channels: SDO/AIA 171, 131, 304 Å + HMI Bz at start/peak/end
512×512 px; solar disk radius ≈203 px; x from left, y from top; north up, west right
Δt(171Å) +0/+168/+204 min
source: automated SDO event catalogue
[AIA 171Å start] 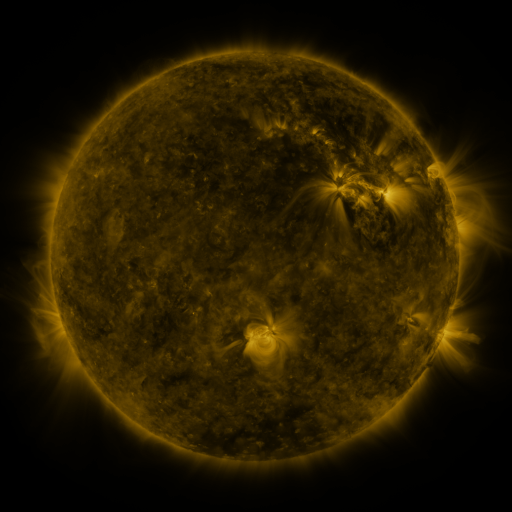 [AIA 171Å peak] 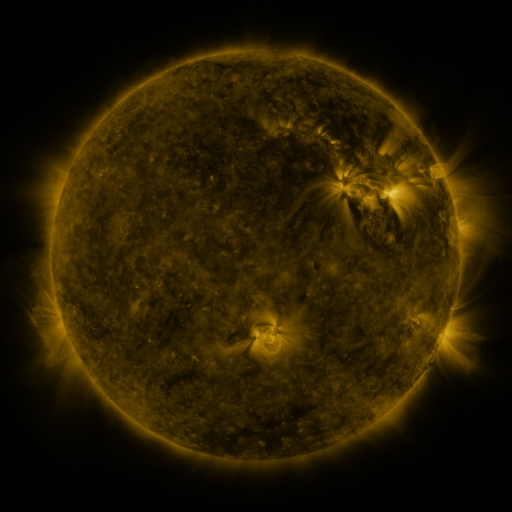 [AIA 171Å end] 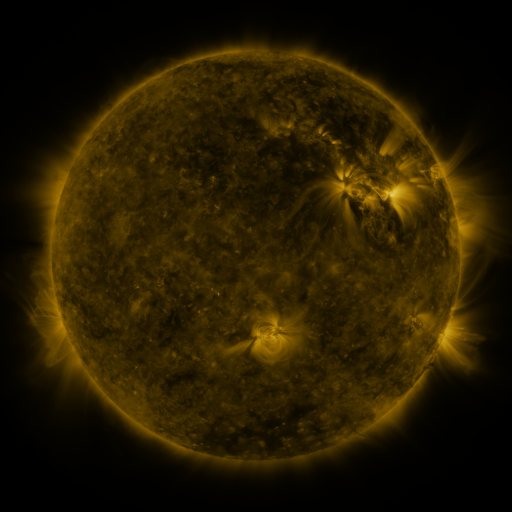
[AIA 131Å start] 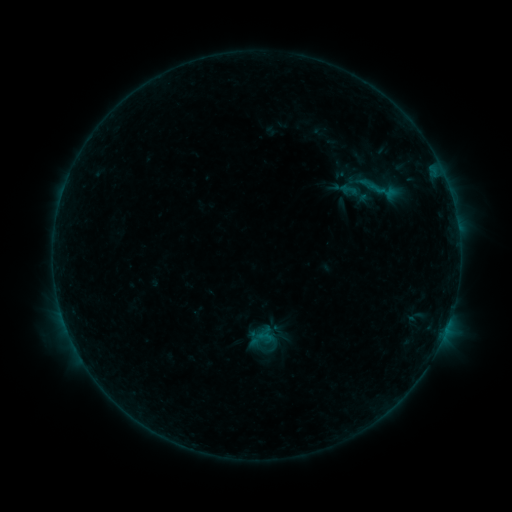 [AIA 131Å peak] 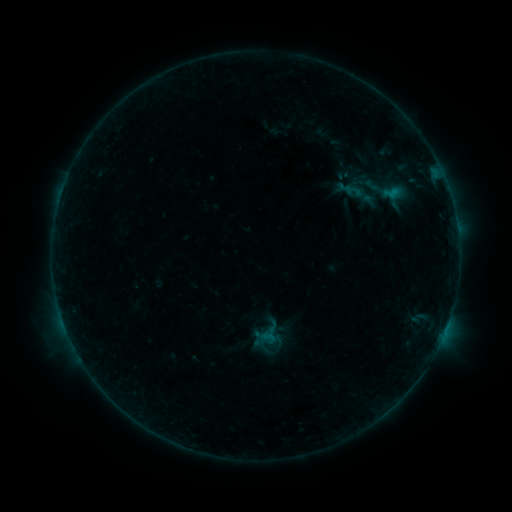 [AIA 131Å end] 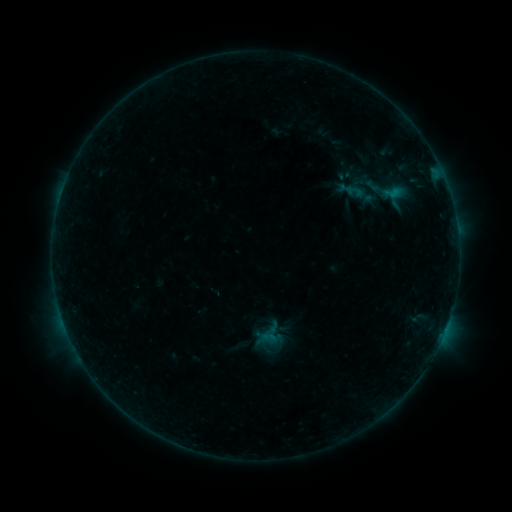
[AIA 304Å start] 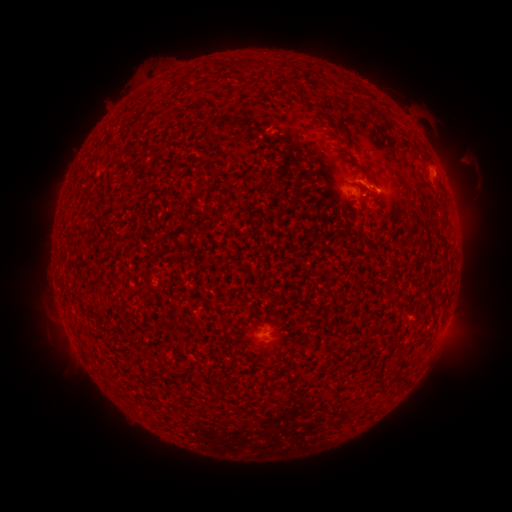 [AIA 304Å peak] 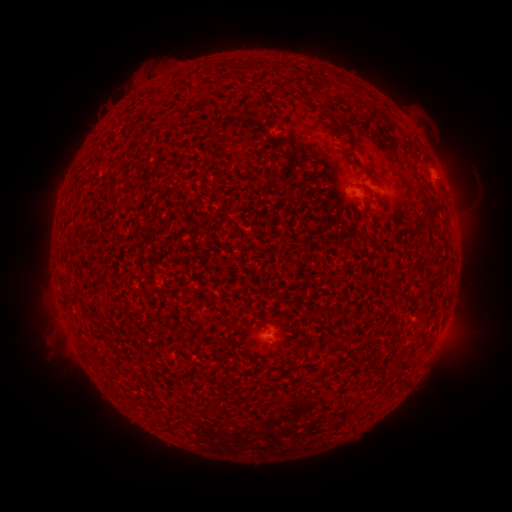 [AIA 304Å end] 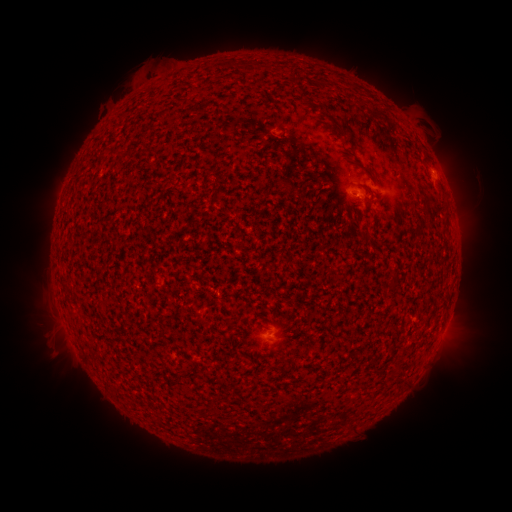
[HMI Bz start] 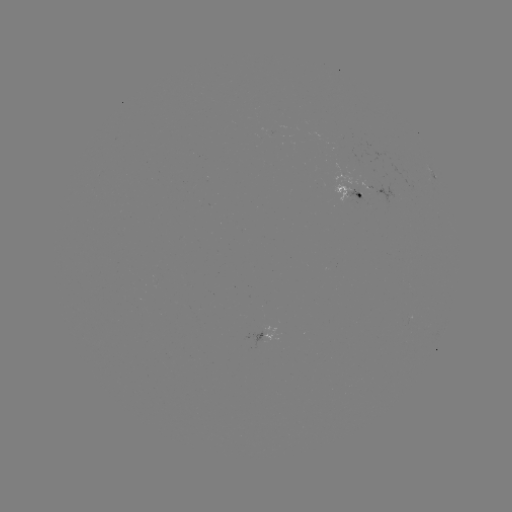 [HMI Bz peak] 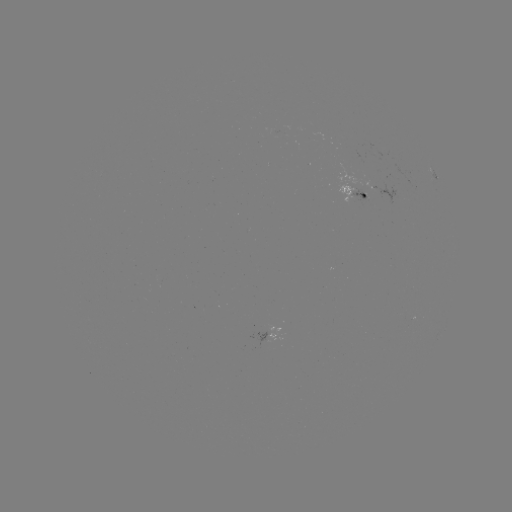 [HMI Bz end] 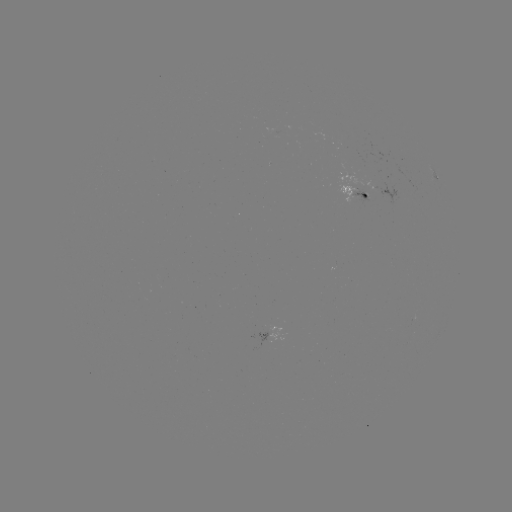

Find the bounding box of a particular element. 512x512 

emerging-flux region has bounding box [349, 188, 366, 200].